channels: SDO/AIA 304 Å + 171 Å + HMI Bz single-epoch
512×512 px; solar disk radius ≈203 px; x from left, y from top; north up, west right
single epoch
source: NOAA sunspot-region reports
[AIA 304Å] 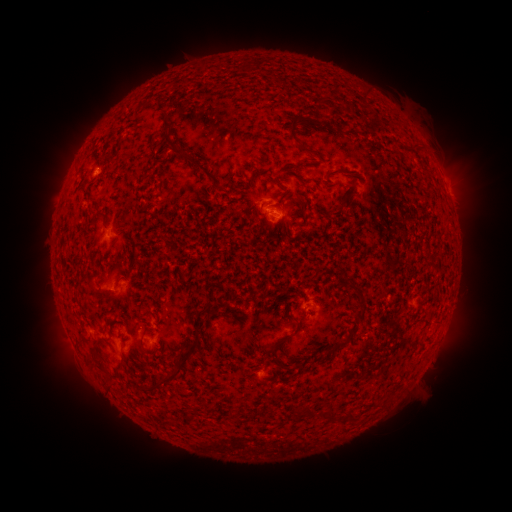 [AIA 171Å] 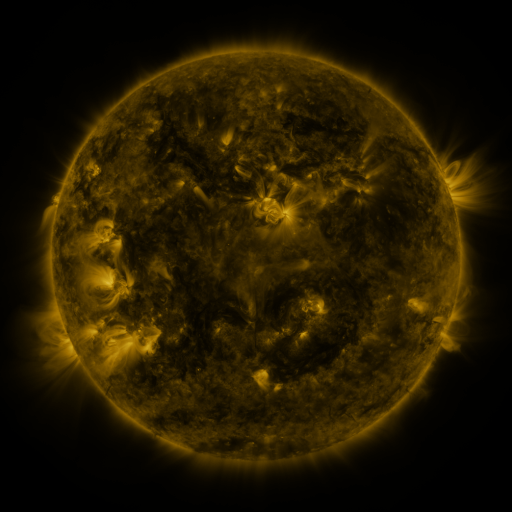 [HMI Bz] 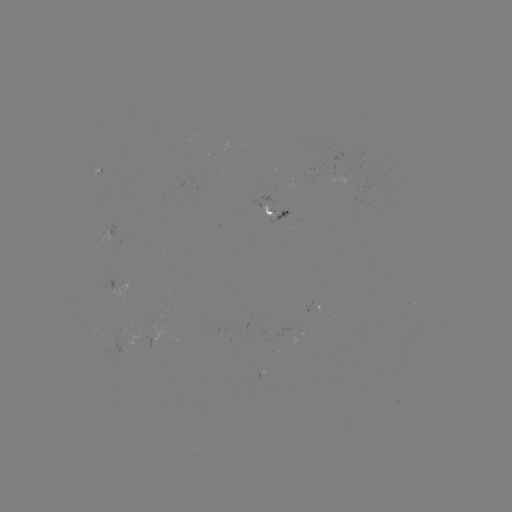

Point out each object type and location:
spotted active region: (273, 214)
spotted active region: (120, 283)
spotted active region: (318, 307)
